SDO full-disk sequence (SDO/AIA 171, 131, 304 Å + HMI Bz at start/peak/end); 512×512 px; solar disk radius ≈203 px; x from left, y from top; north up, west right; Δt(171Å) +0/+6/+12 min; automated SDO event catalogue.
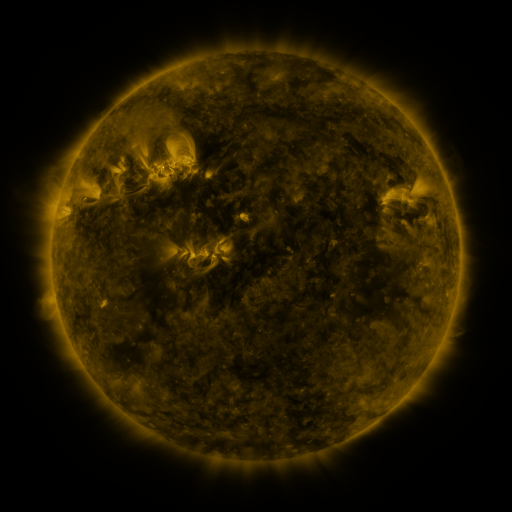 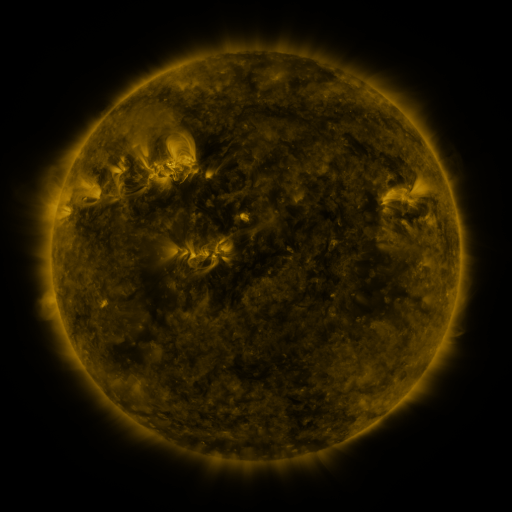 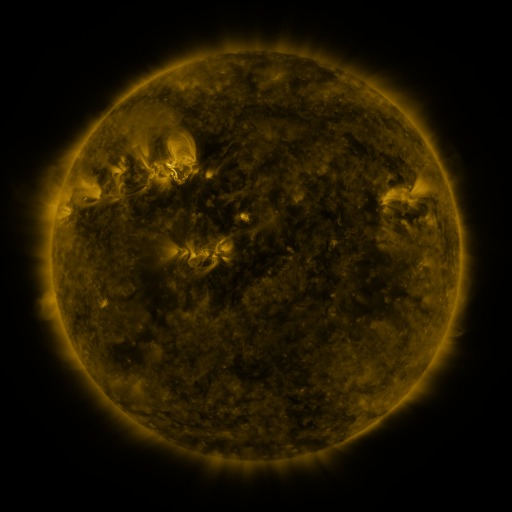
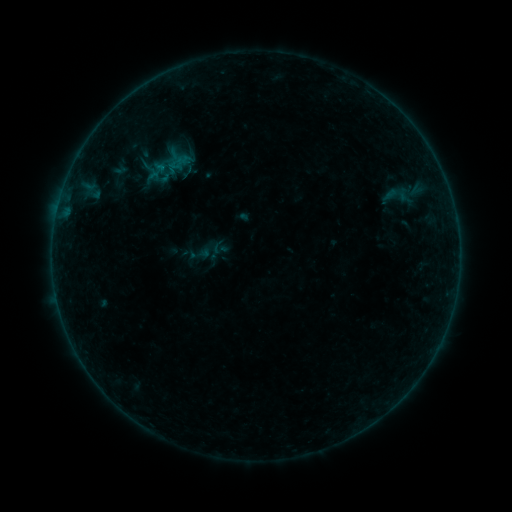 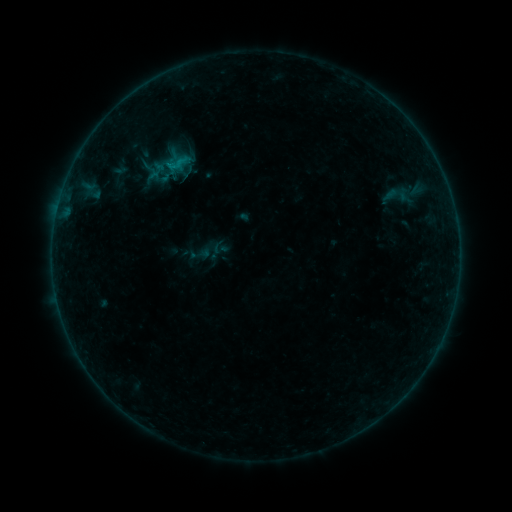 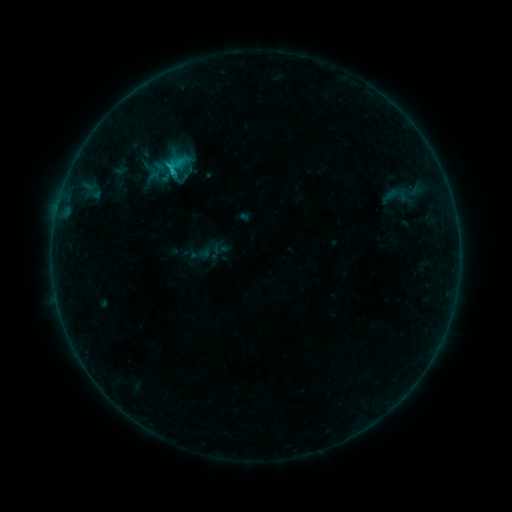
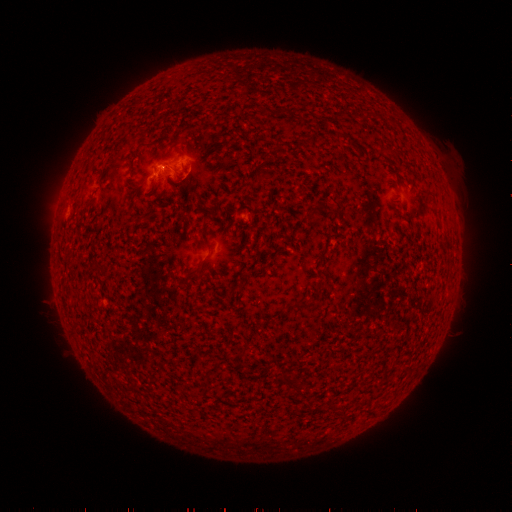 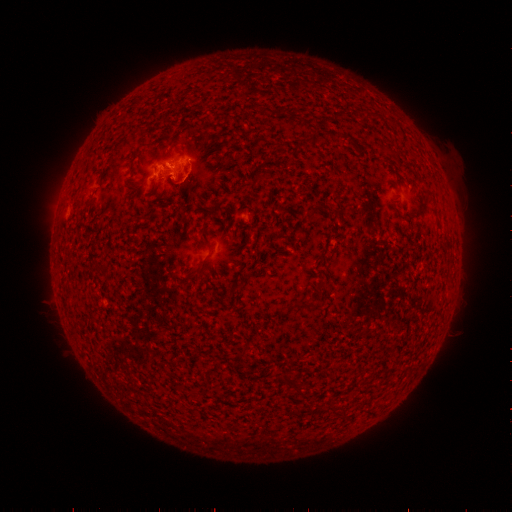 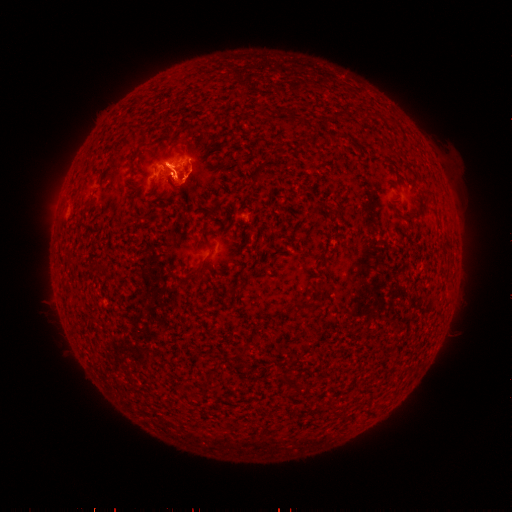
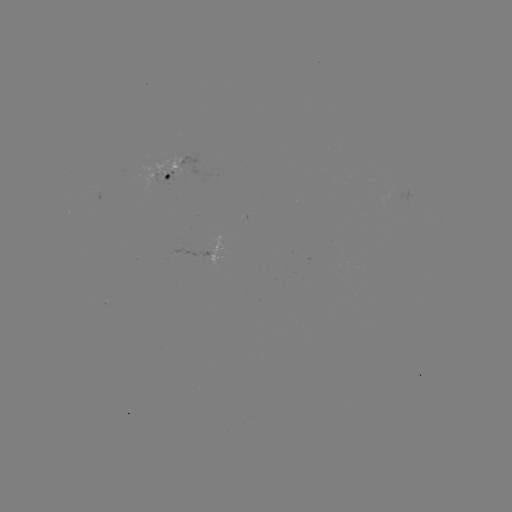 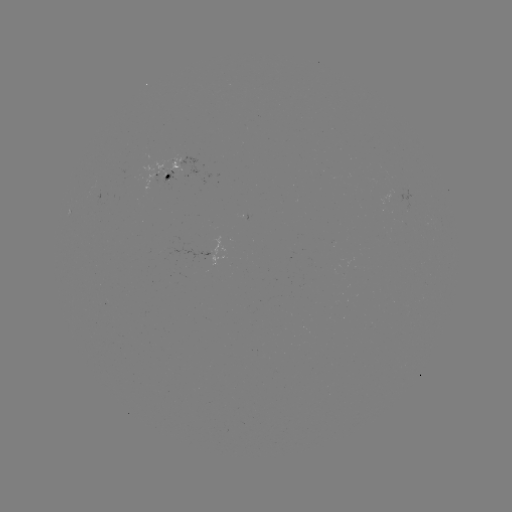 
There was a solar eruption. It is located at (186, 182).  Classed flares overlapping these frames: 1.